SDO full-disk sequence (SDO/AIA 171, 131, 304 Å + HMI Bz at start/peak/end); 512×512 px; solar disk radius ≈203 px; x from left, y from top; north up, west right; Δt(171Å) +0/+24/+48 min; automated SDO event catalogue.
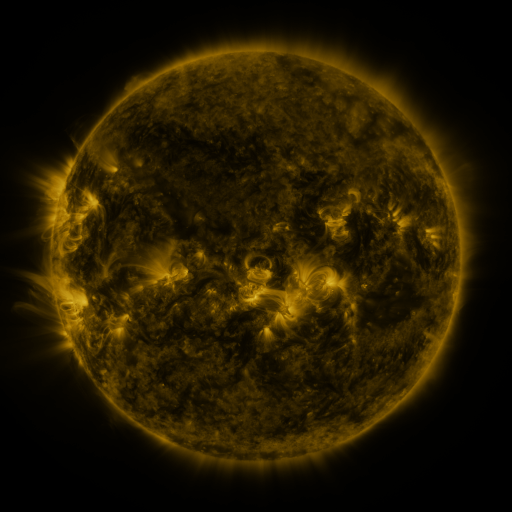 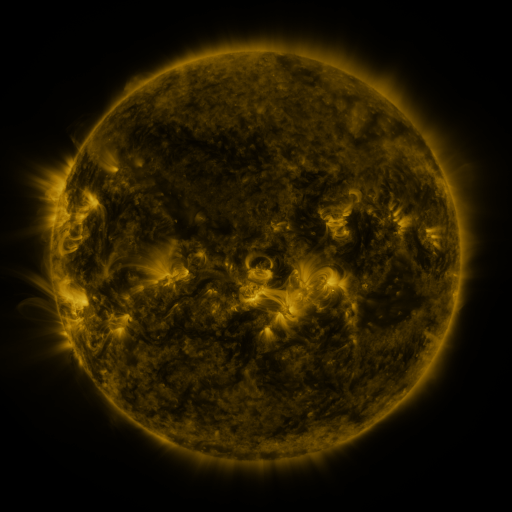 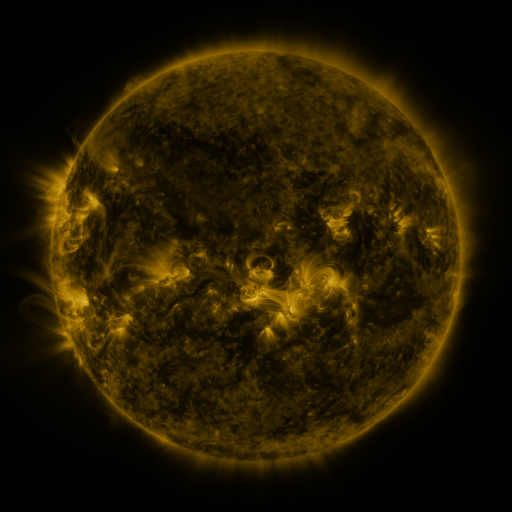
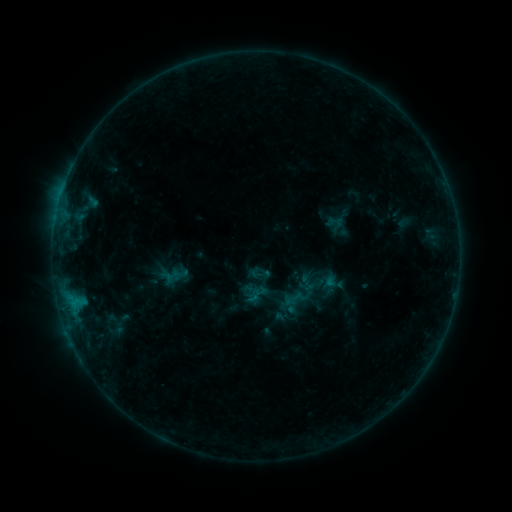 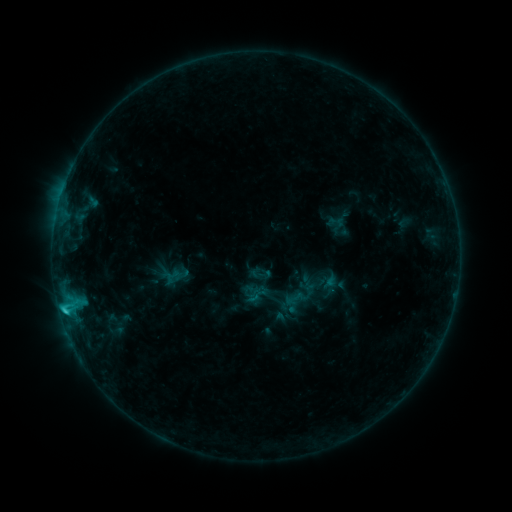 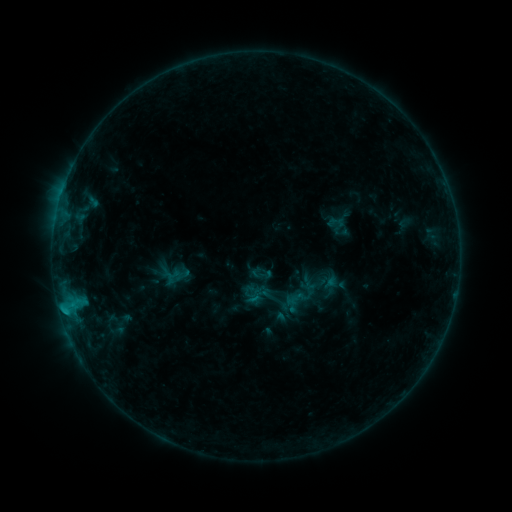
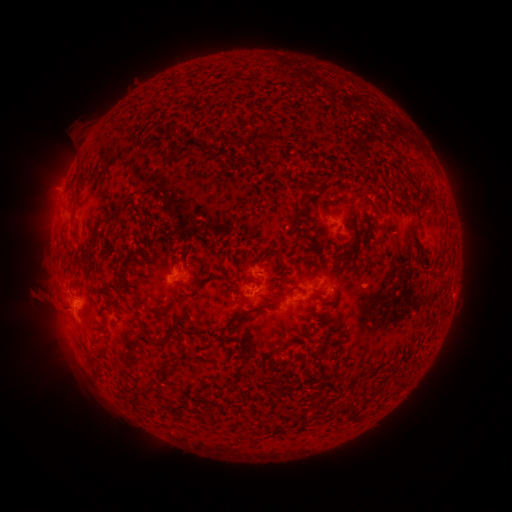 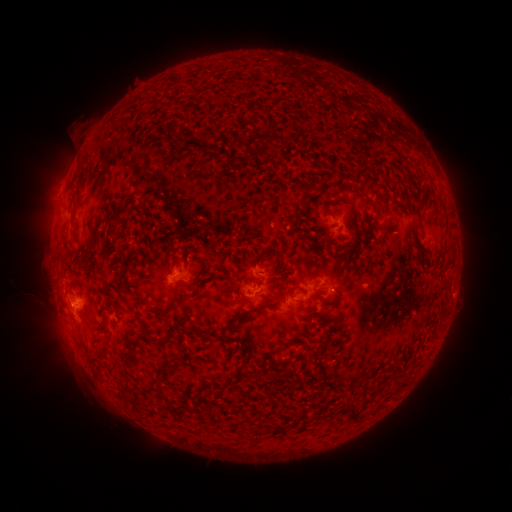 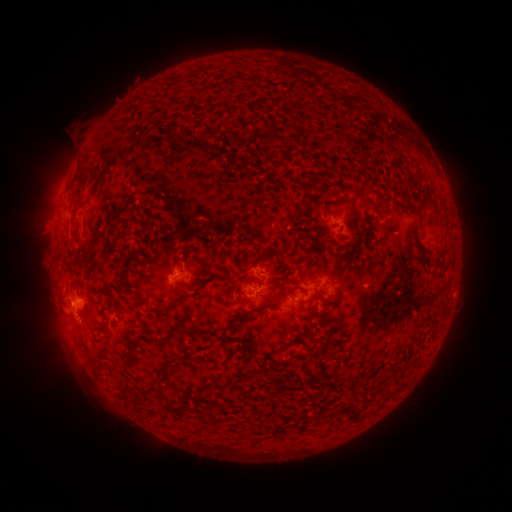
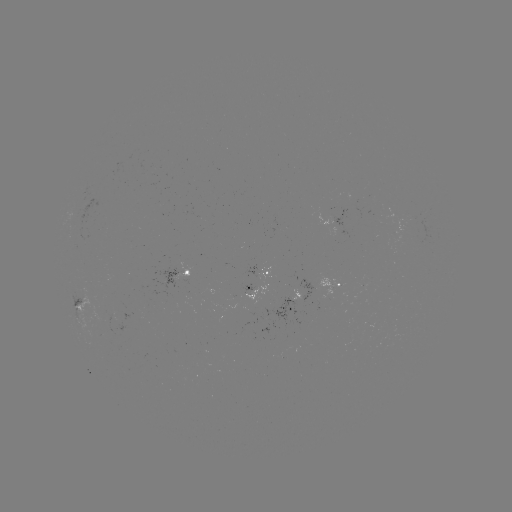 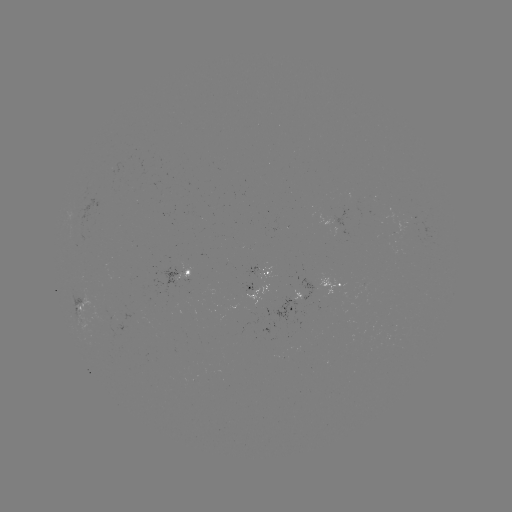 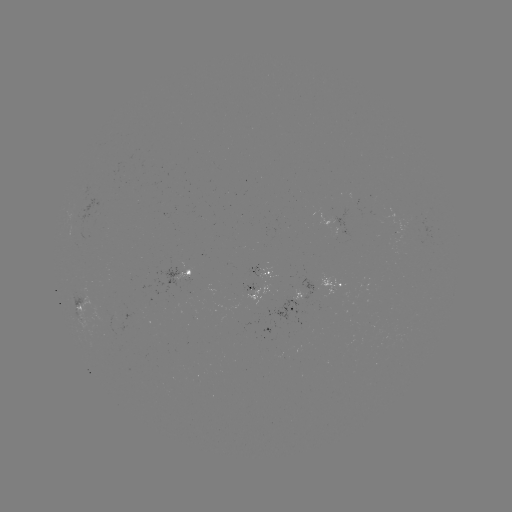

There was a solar flare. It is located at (66, 308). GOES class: C1.4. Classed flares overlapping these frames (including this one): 1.